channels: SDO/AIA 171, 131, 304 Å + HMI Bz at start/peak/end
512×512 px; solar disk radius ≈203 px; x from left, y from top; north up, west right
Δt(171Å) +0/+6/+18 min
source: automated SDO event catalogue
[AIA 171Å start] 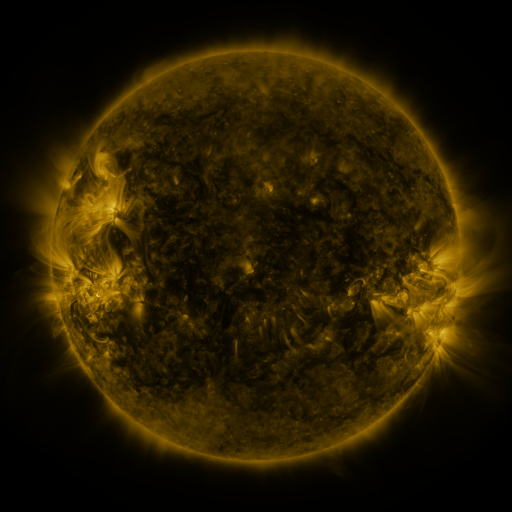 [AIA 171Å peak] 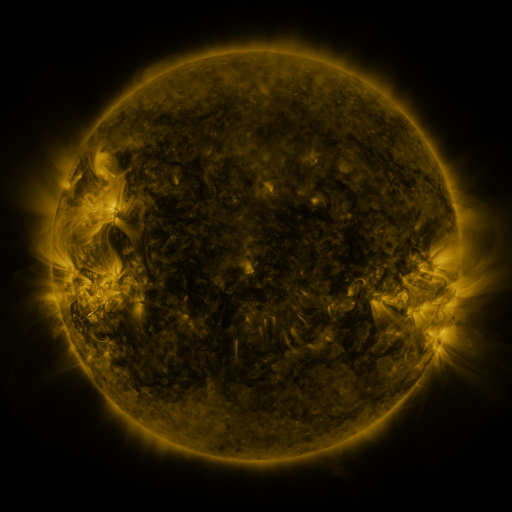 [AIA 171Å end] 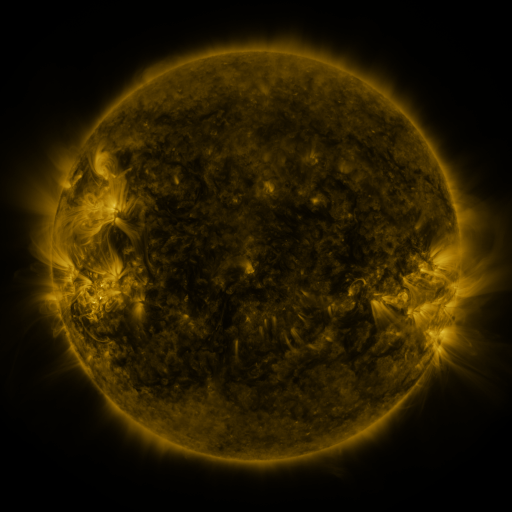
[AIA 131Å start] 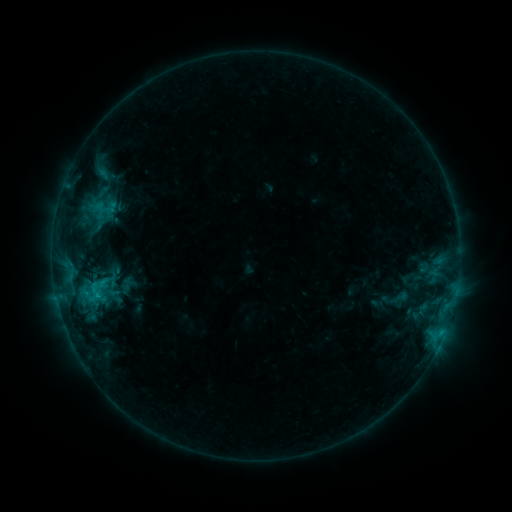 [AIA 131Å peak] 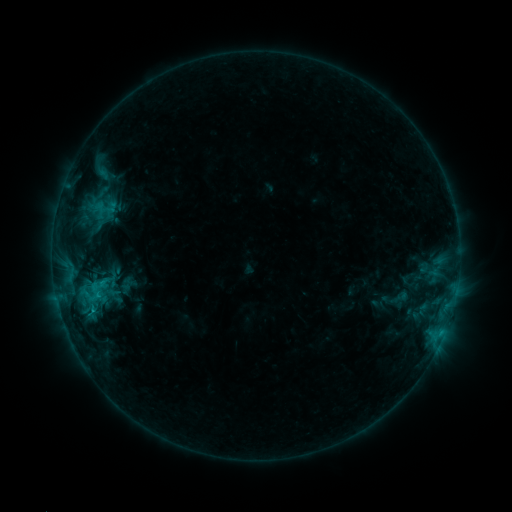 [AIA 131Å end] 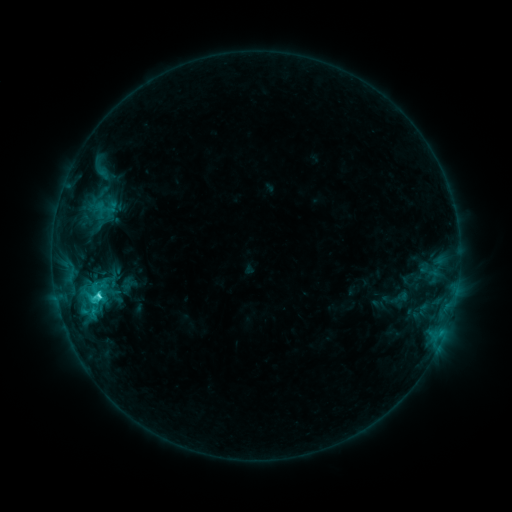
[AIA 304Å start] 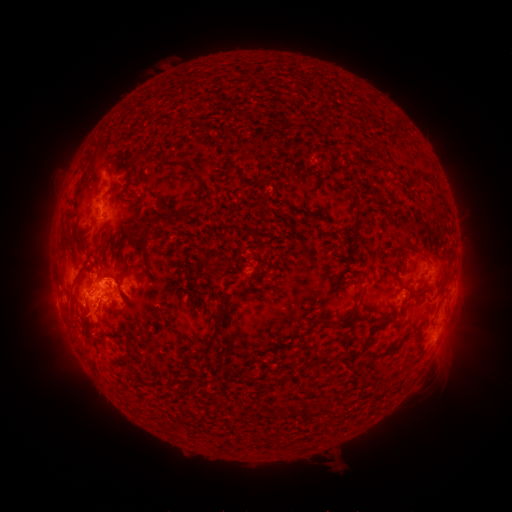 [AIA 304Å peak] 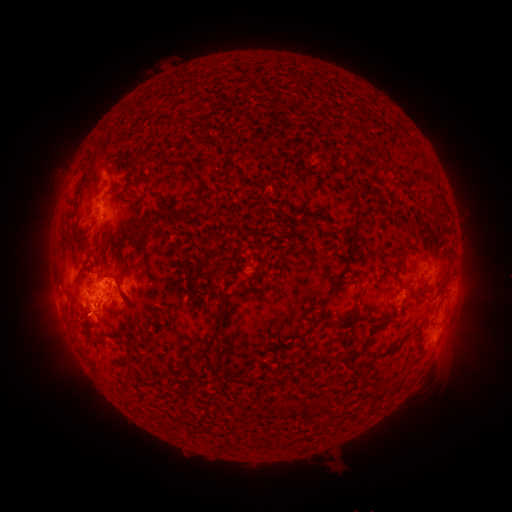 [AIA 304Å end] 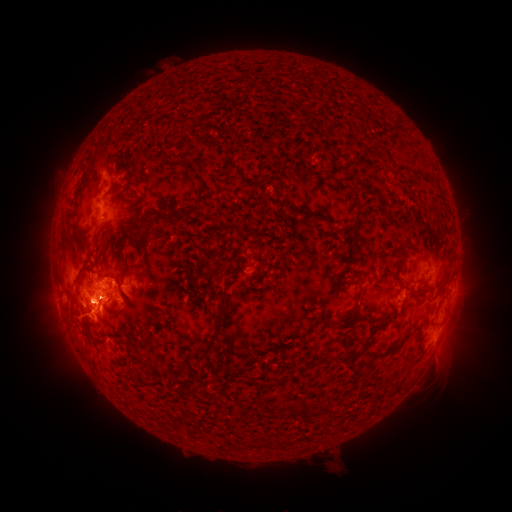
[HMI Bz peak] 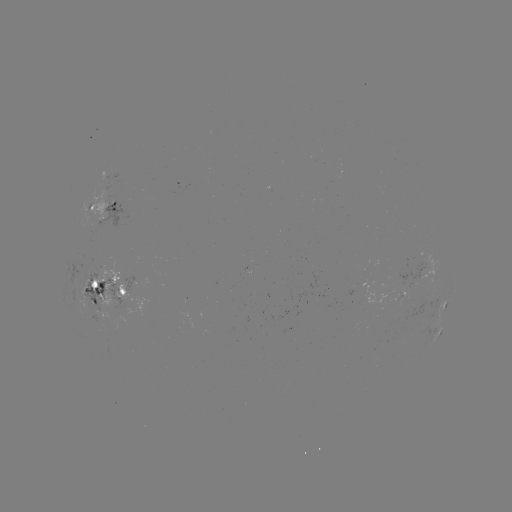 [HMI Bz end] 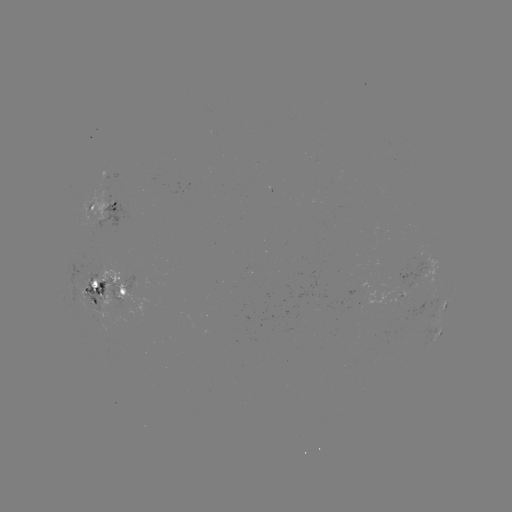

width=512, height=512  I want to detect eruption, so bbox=[57, 281, 109, 357].